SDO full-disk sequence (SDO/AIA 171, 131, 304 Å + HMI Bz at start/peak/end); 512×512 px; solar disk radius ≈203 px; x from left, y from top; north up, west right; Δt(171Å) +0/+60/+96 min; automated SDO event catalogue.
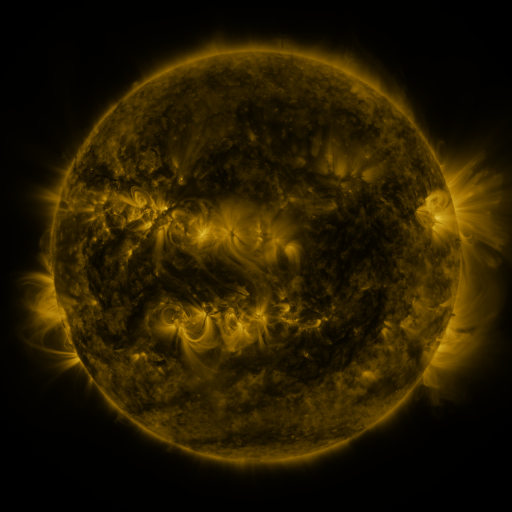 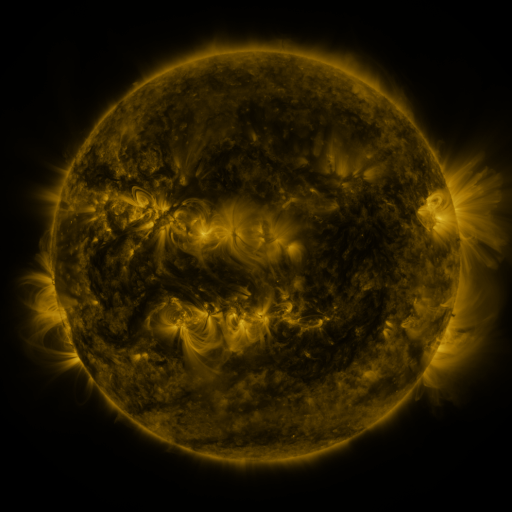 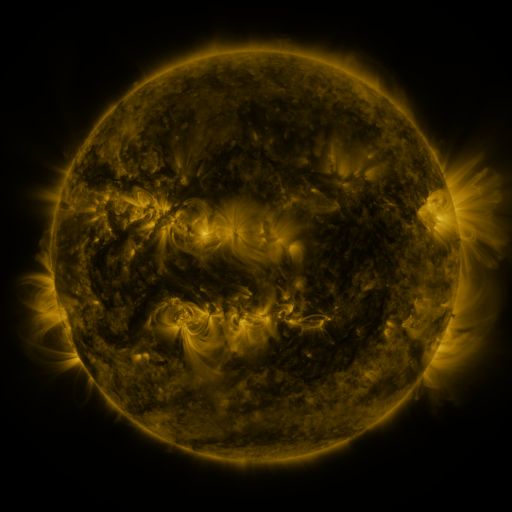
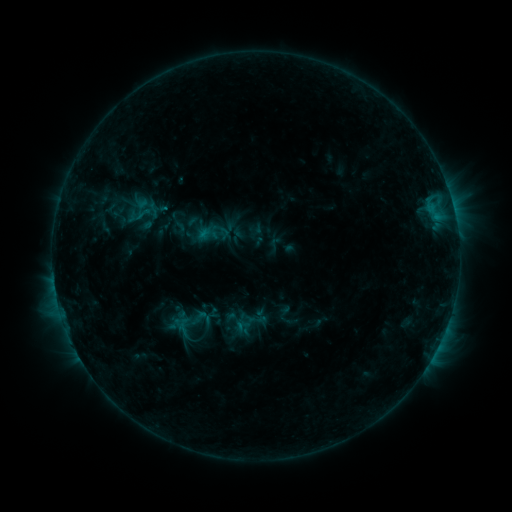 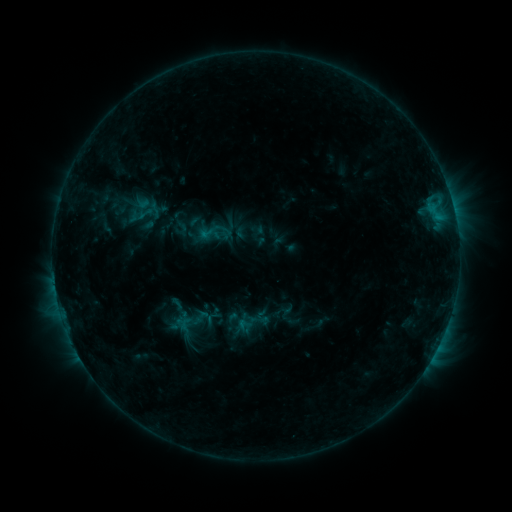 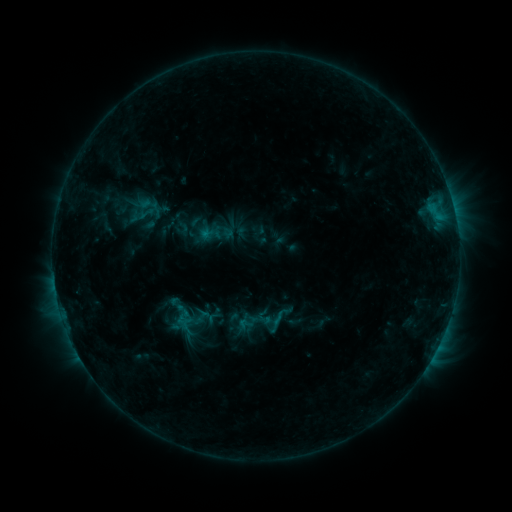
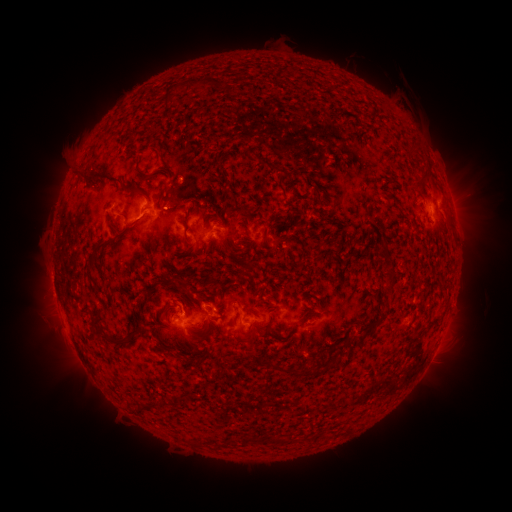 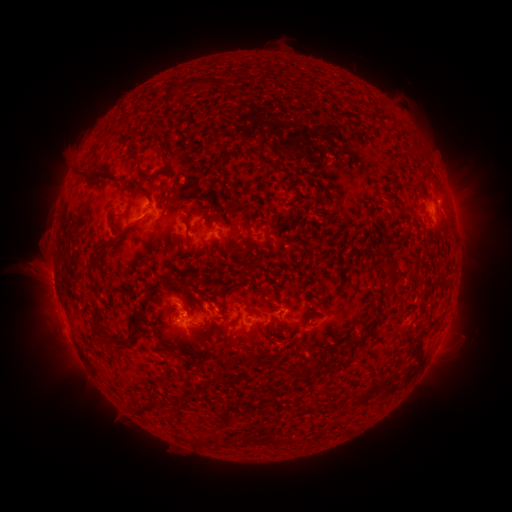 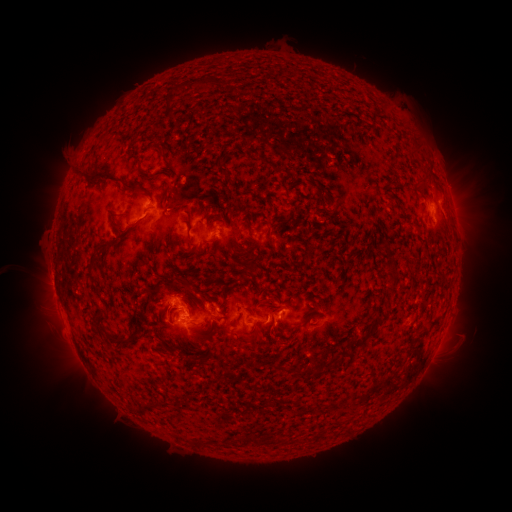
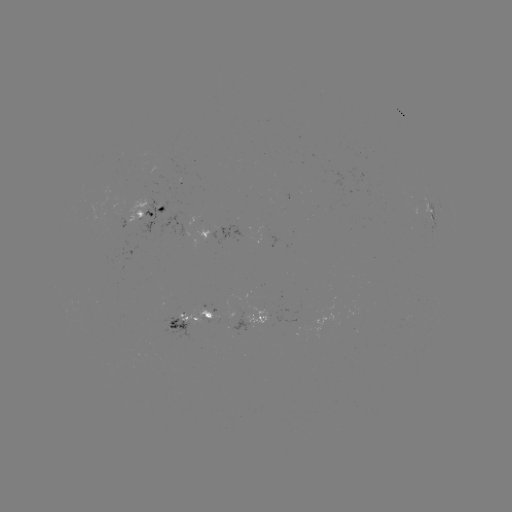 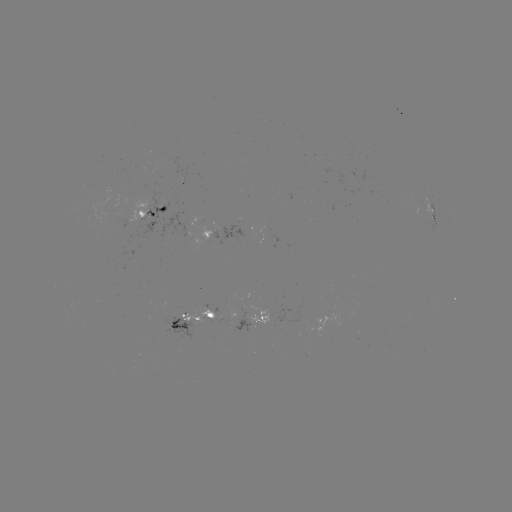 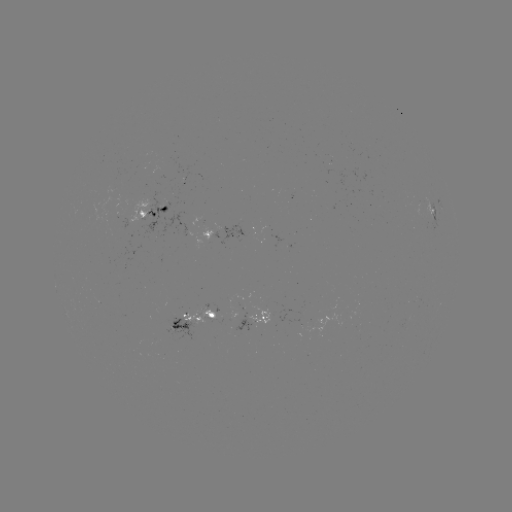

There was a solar emerging-flux region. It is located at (205, 317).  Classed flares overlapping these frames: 1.